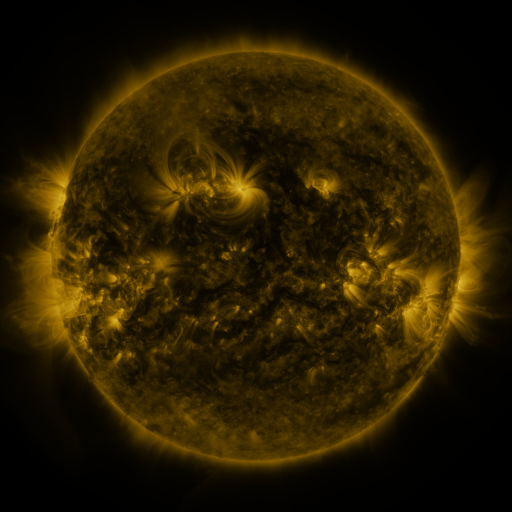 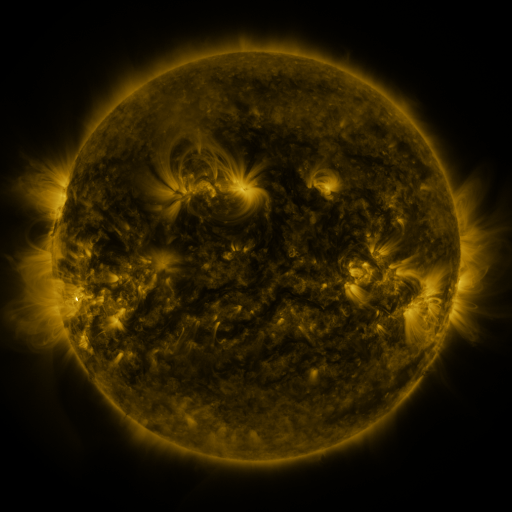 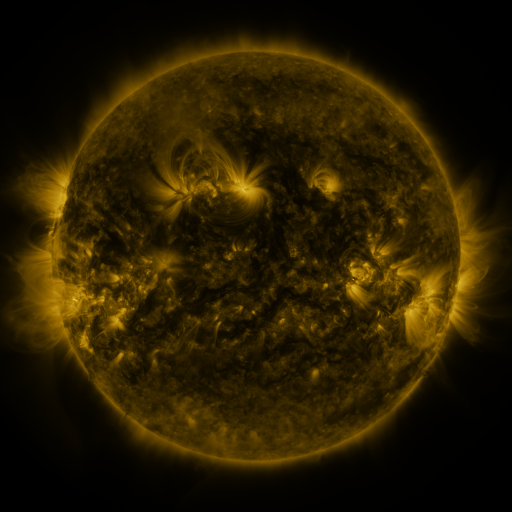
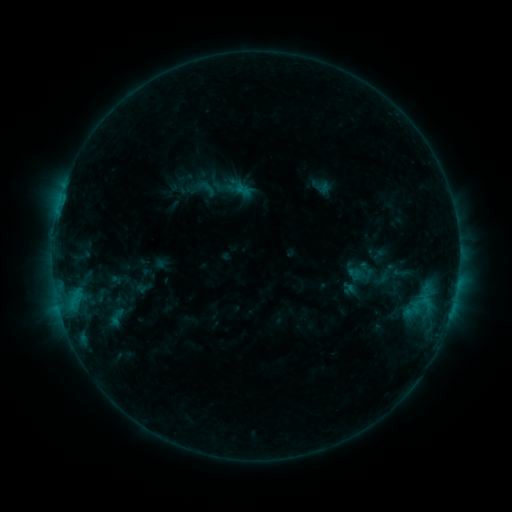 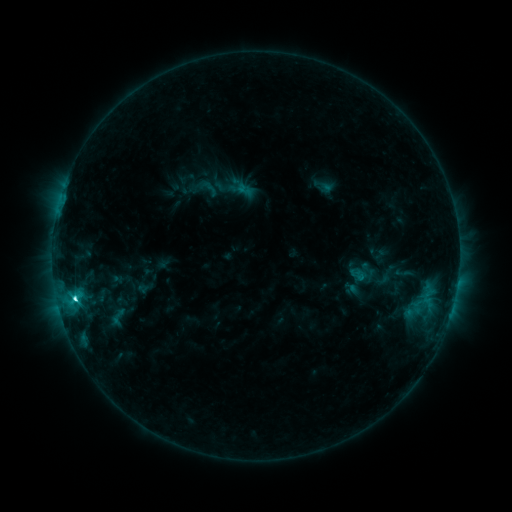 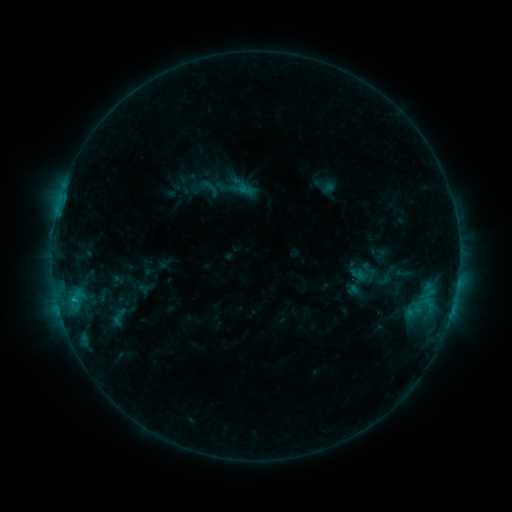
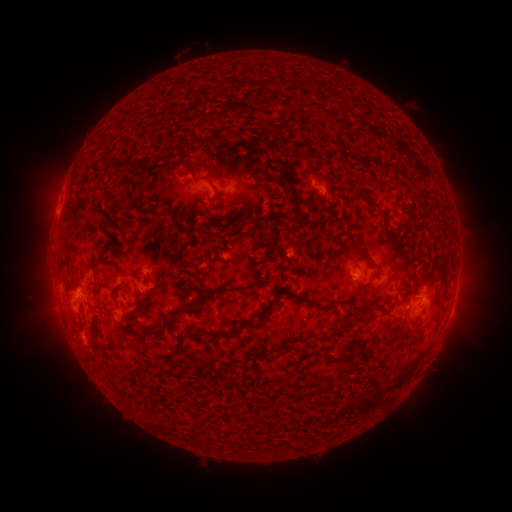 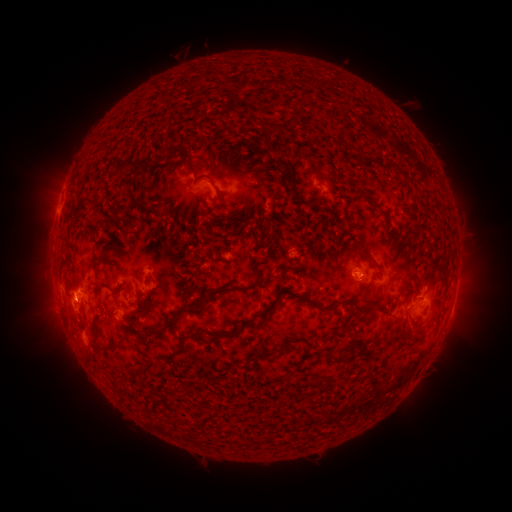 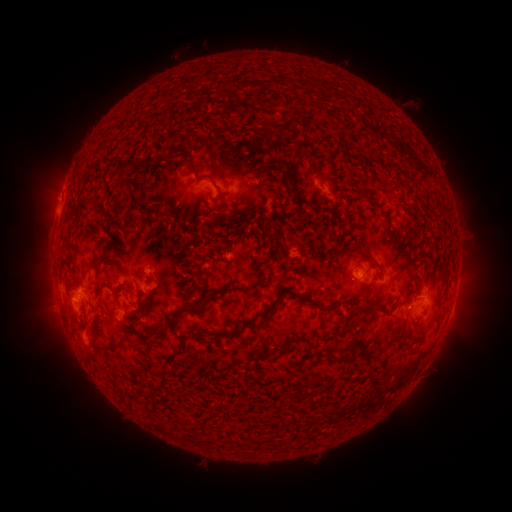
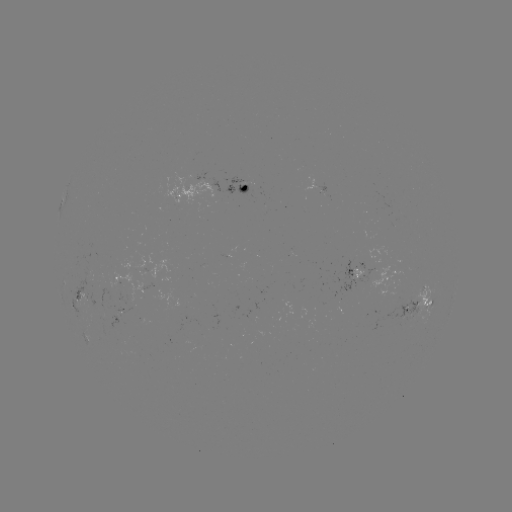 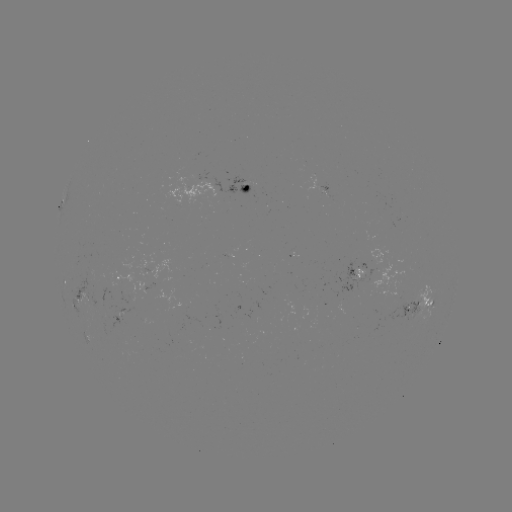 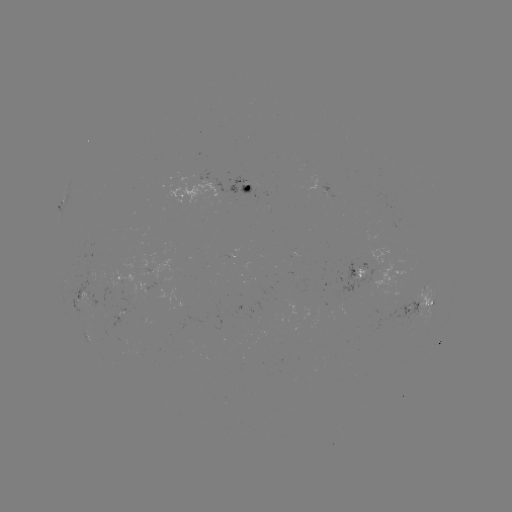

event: emerging-flux region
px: (372, 273)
